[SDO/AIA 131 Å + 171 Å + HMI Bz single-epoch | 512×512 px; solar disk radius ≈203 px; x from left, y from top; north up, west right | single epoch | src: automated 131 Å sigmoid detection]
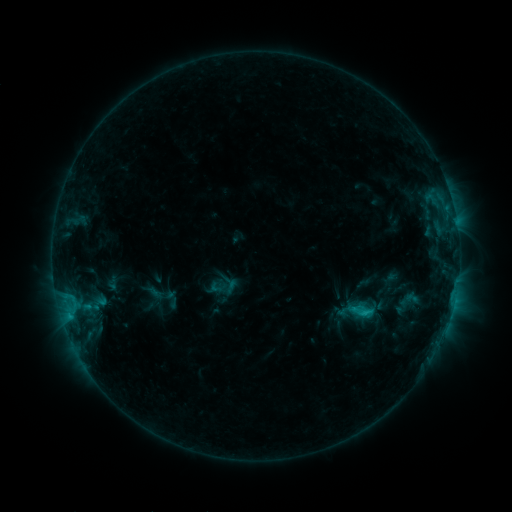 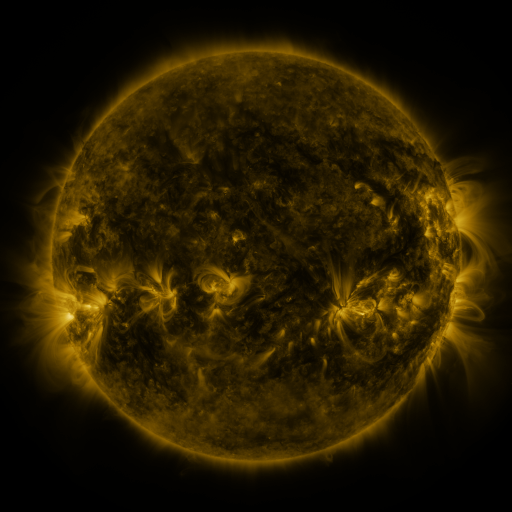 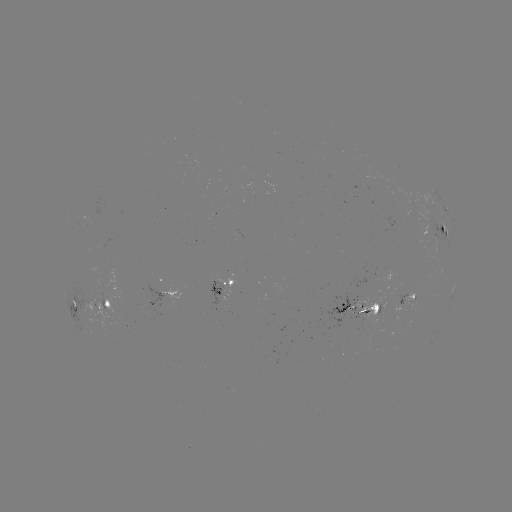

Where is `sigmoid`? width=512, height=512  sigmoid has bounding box [350, 301, 373, 324].